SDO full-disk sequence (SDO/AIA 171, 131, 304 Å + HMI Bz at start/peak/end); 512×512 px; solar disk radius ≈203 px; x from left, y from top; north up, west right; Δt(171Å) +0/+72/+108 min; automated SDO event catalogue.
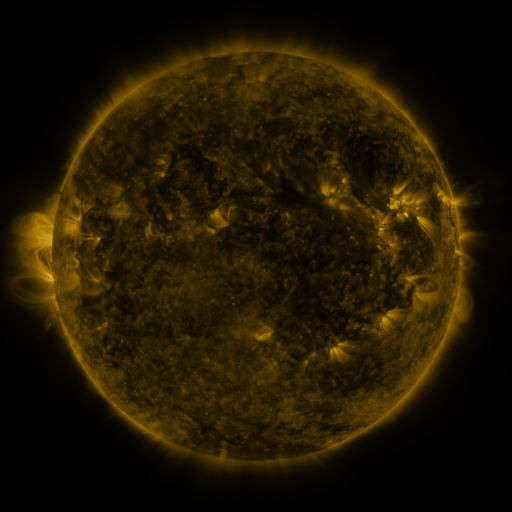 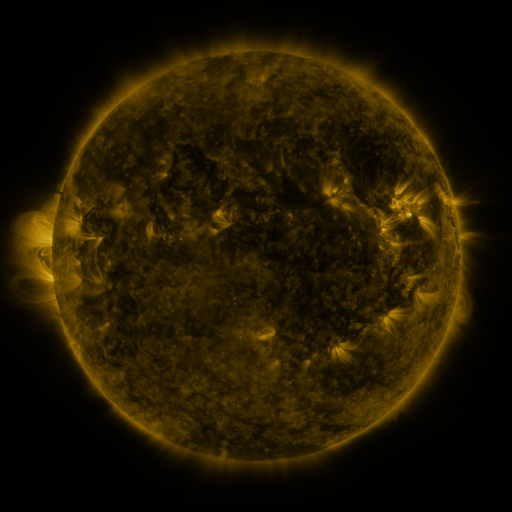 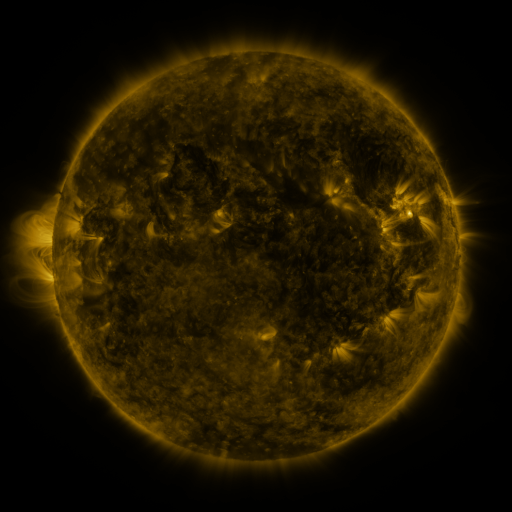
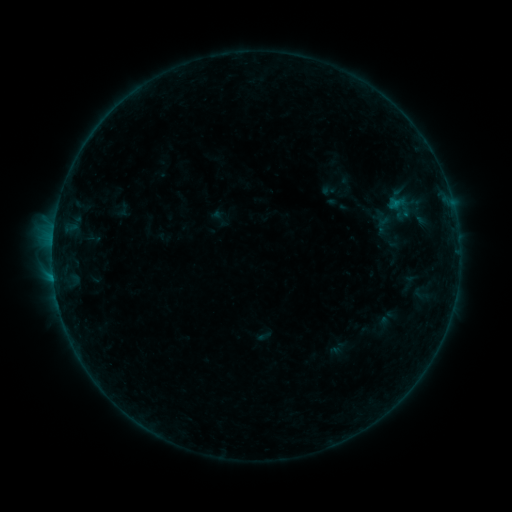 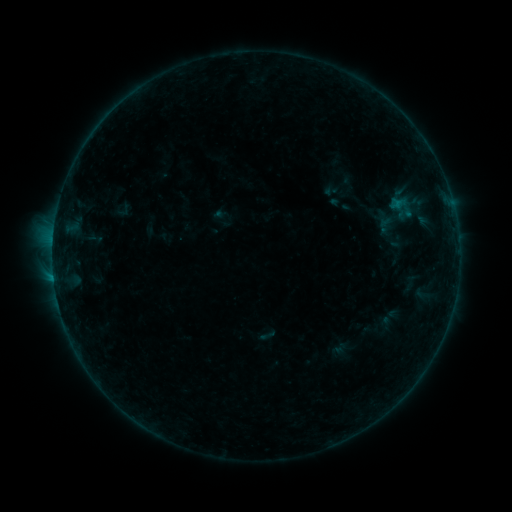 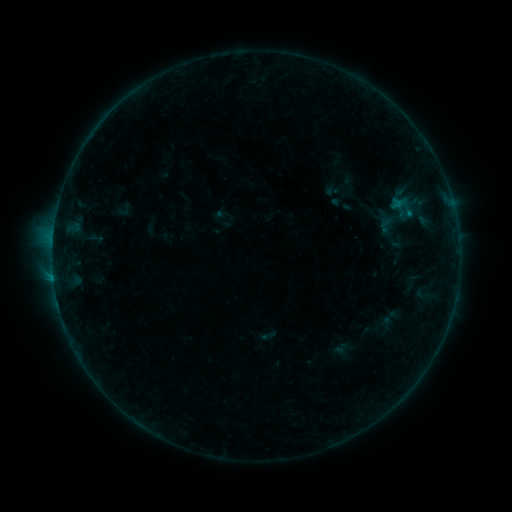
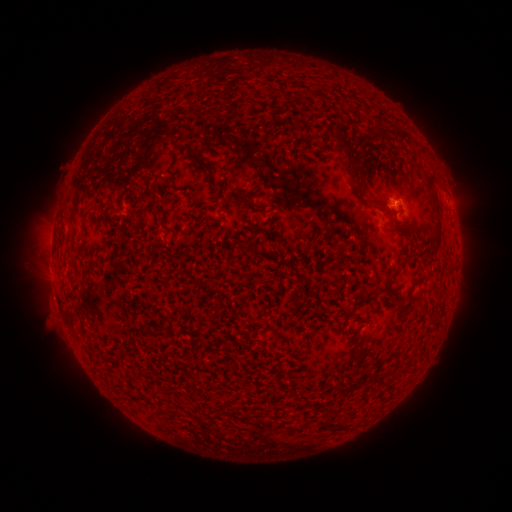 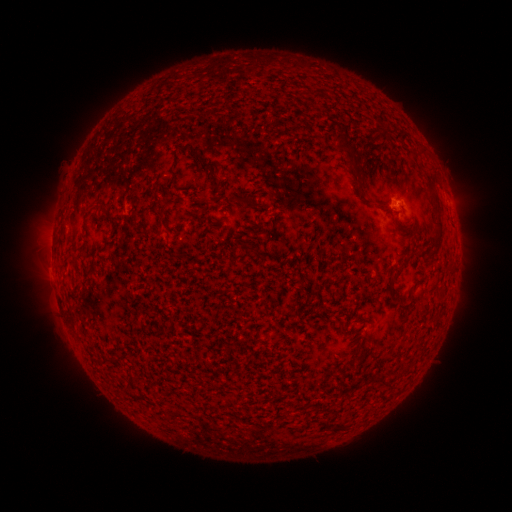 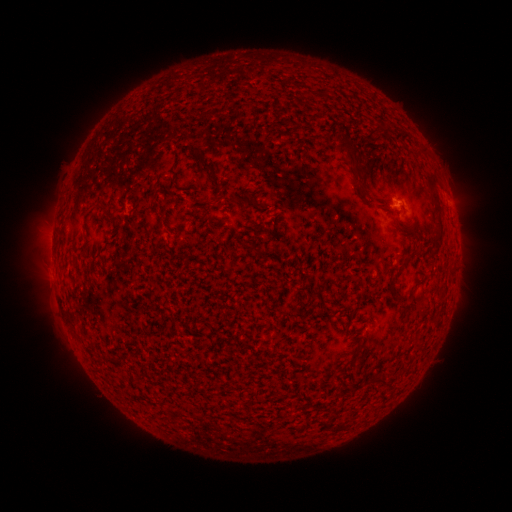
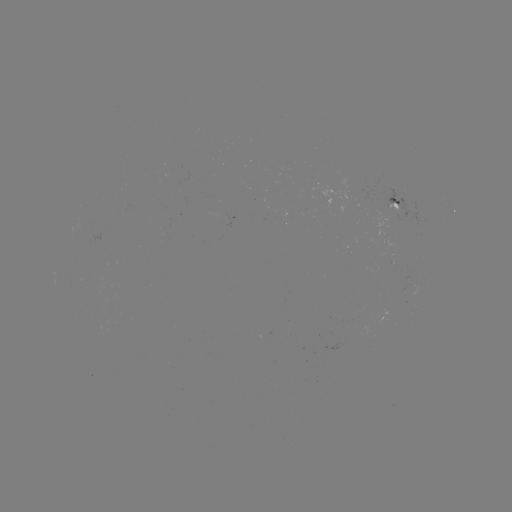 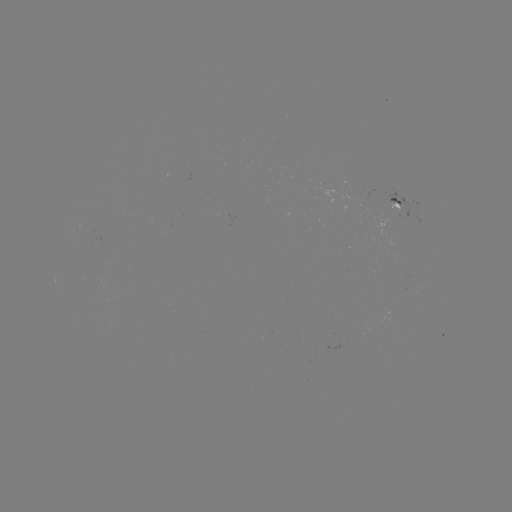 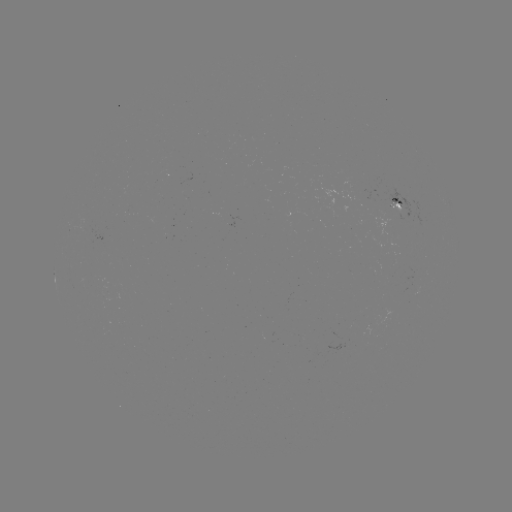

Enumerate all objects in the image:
emerging-flux region: (96, 231)
